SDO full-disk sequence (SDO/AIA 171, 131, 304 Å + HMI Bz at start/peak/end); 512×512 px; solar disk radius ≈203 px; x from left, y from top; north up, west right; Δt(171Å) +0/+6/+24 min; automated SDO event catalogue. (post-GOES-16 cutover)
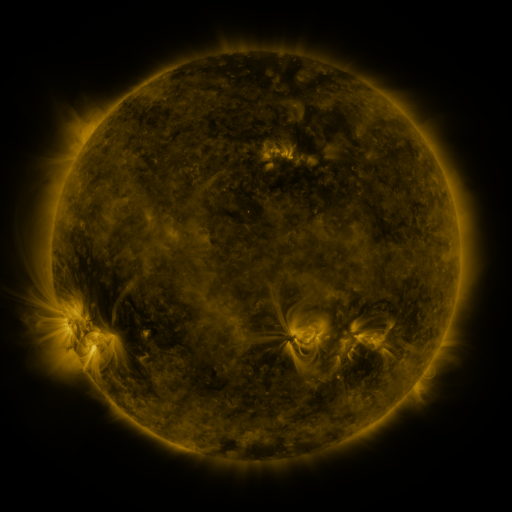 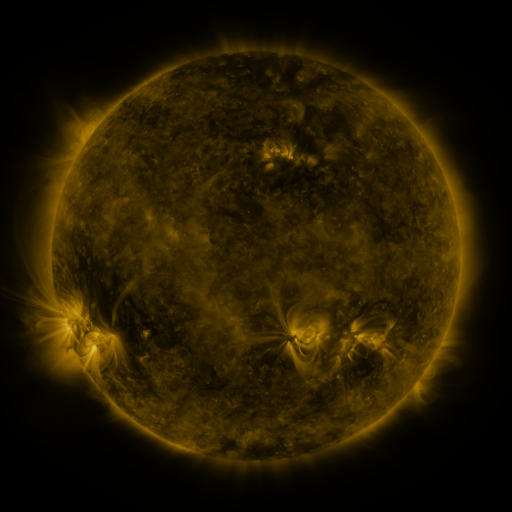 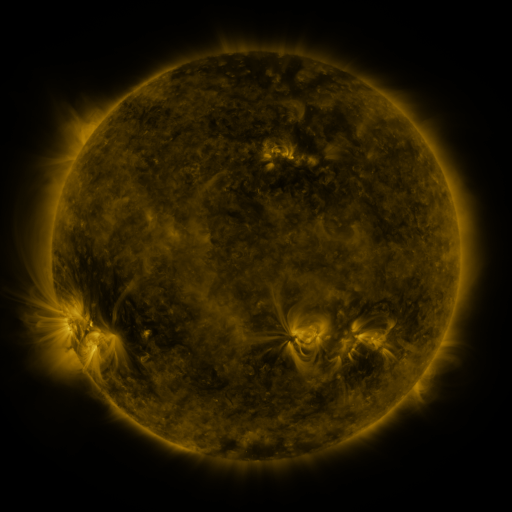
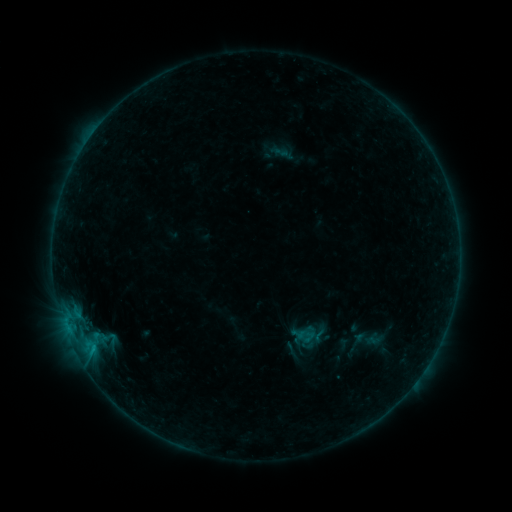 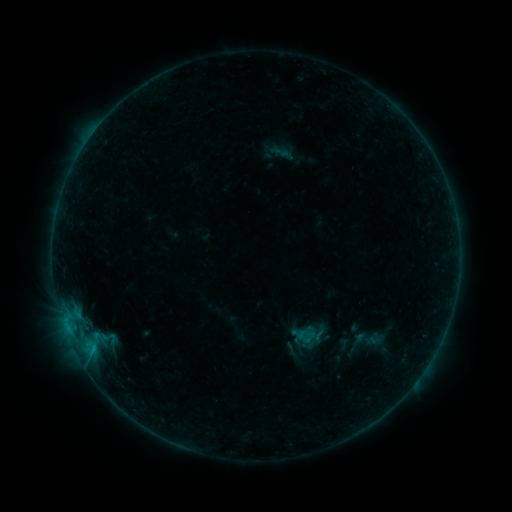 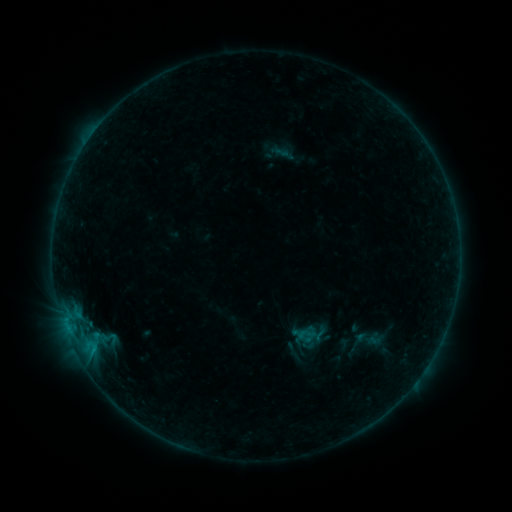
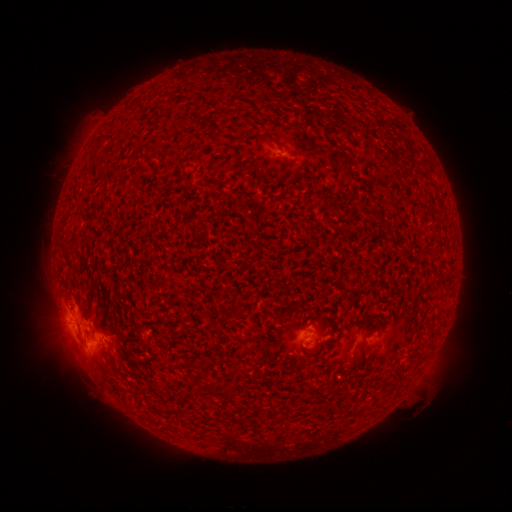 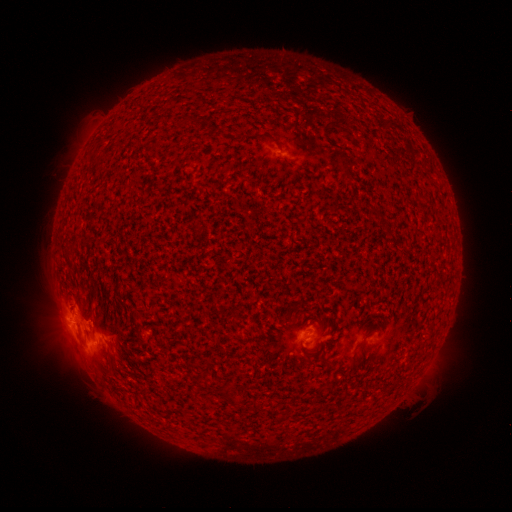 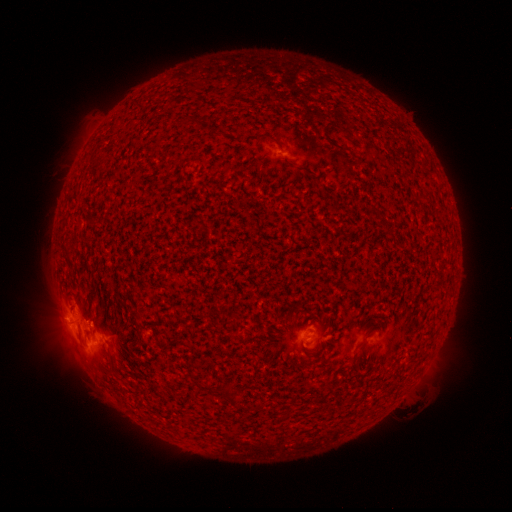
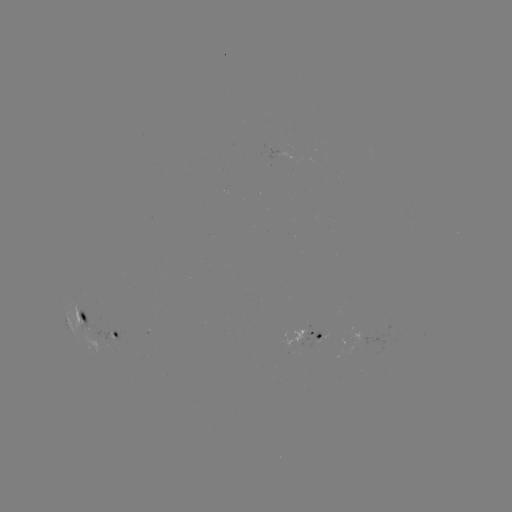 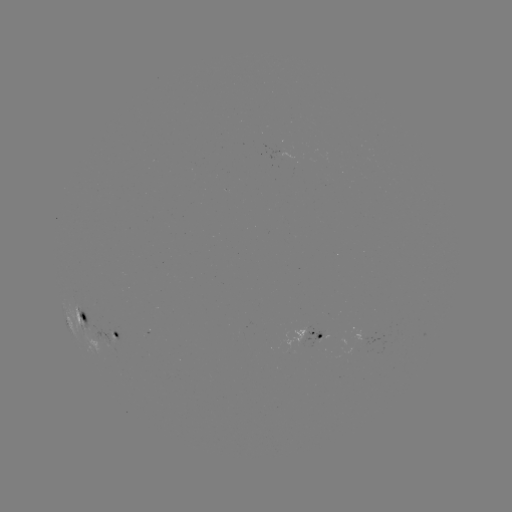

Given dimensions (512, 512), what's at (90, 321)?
B5.4 flare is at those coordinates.